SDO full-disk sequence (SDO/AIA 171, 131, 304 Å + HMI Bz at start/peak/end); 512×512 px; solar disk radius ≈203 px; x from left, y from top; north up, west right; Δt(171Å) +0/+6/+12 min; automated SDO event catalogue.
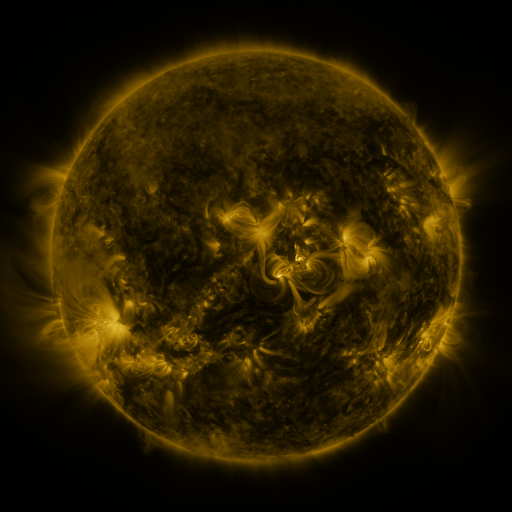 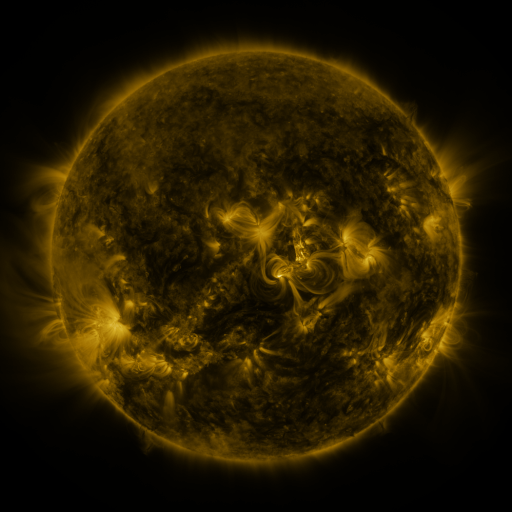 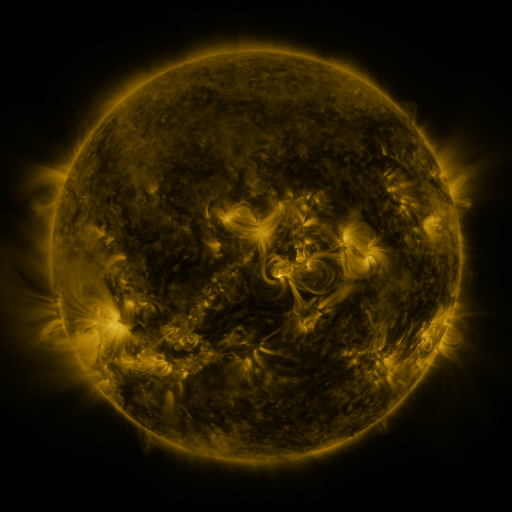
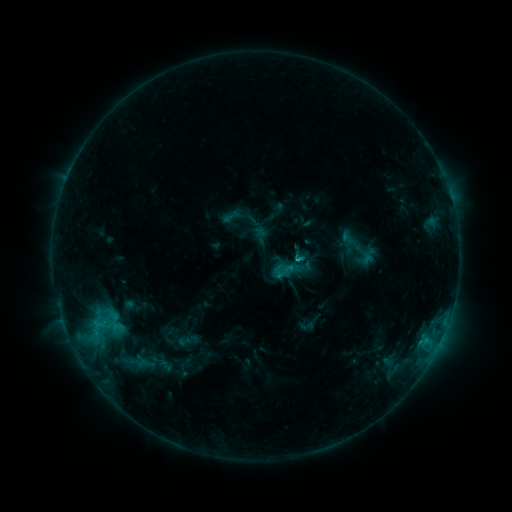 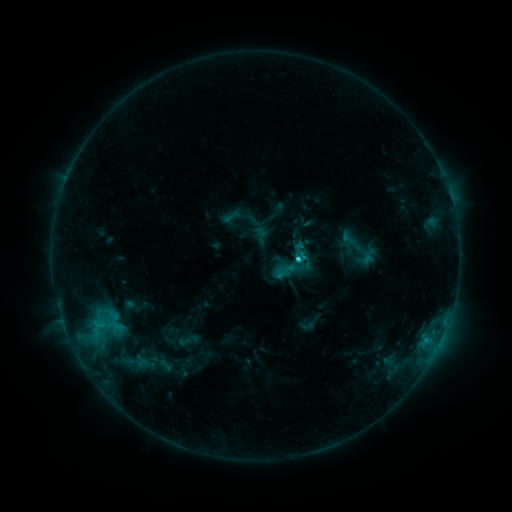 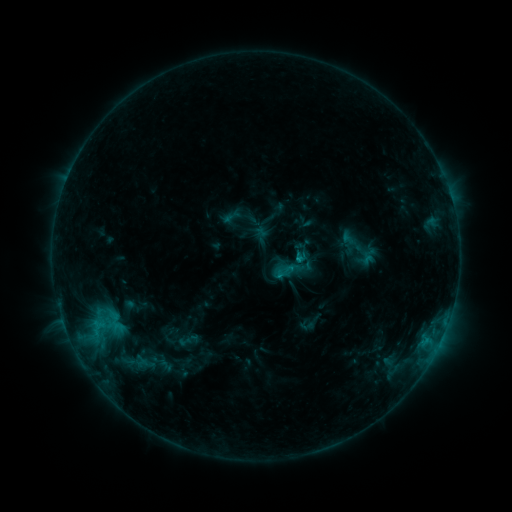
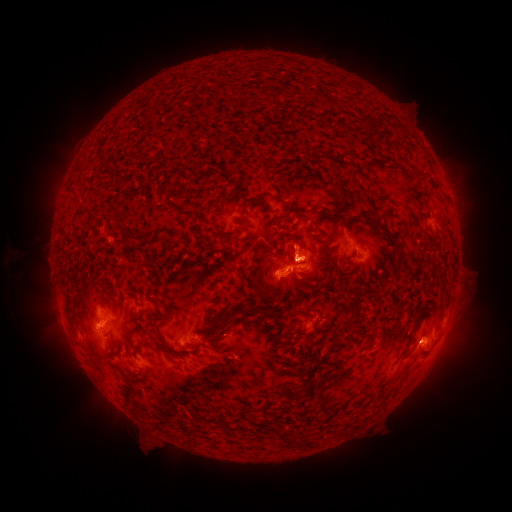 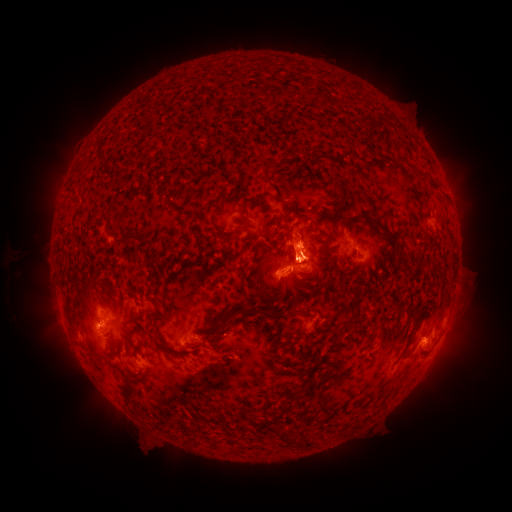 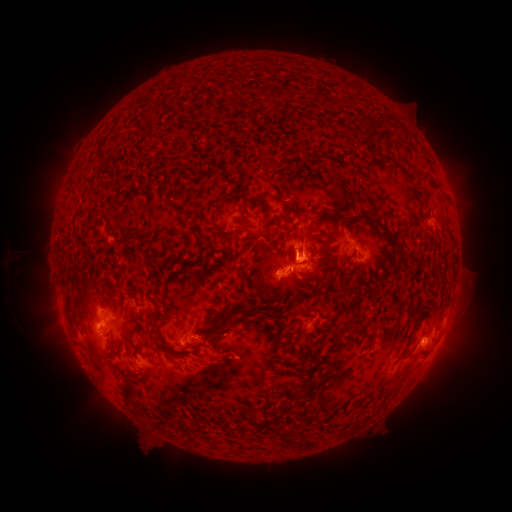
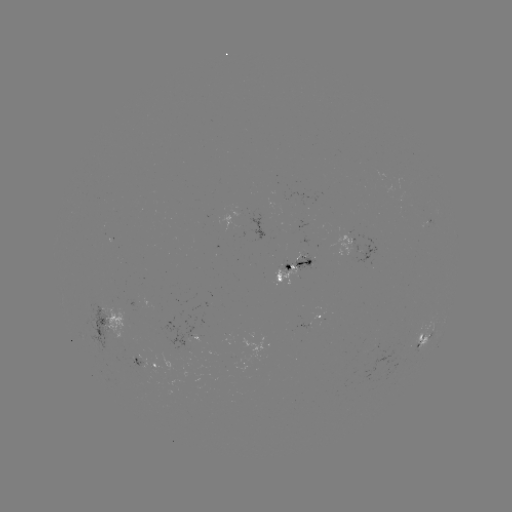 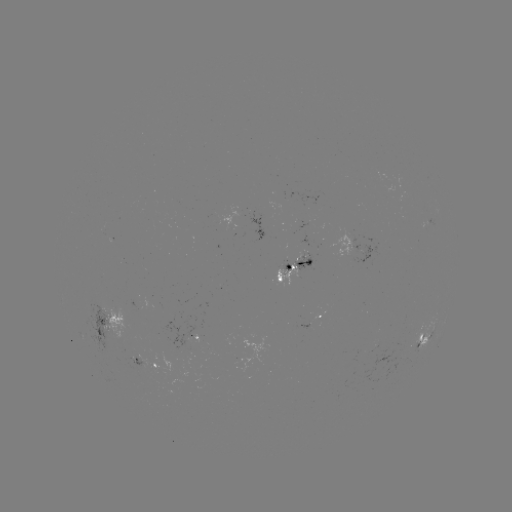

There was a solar eruption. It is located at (300, 253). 